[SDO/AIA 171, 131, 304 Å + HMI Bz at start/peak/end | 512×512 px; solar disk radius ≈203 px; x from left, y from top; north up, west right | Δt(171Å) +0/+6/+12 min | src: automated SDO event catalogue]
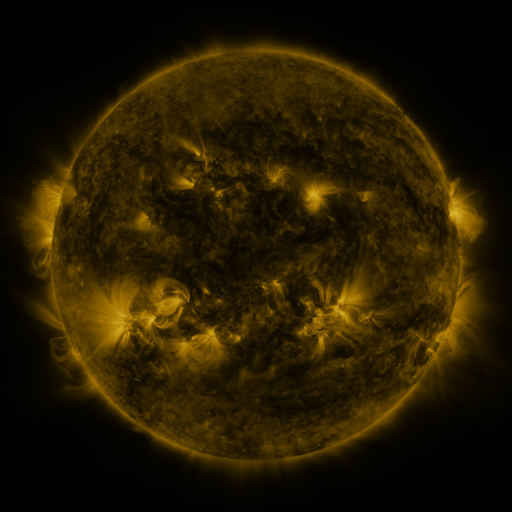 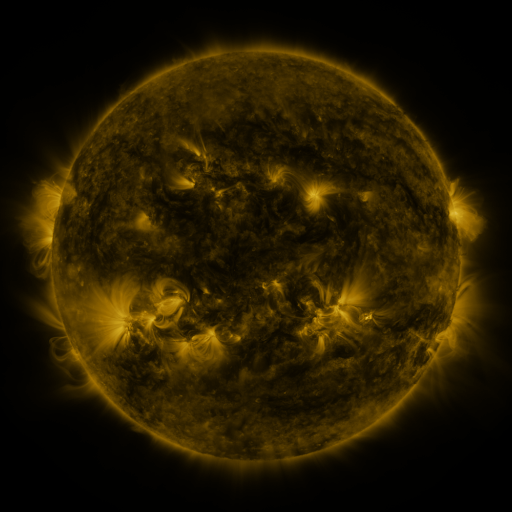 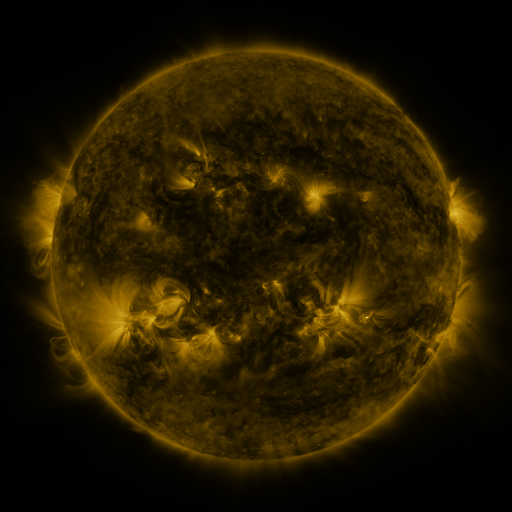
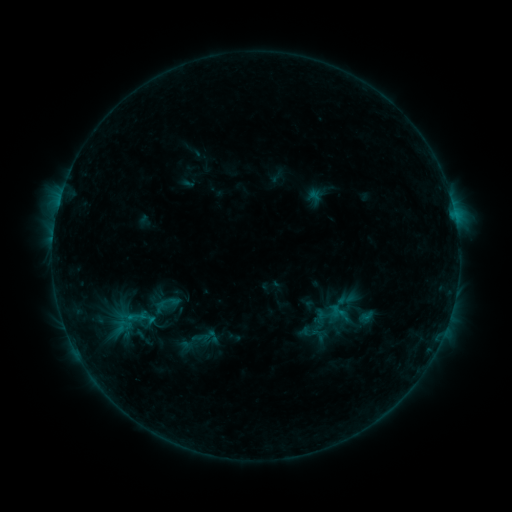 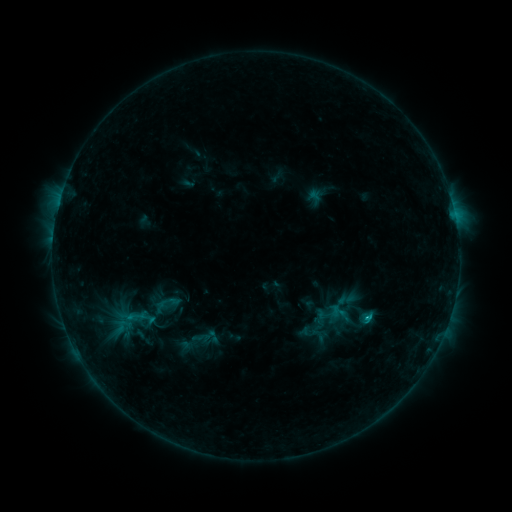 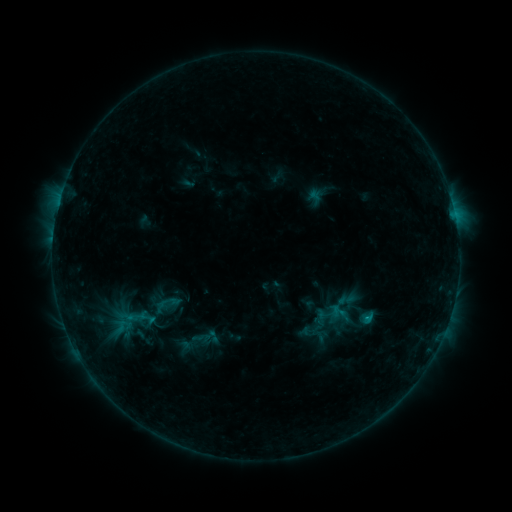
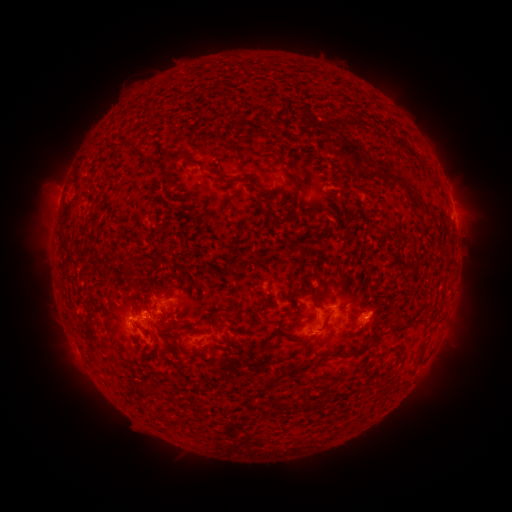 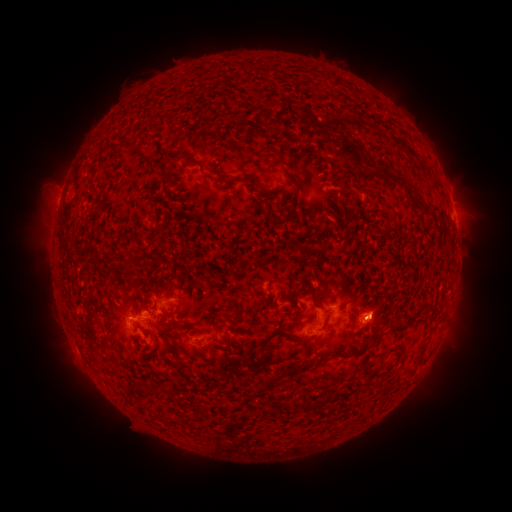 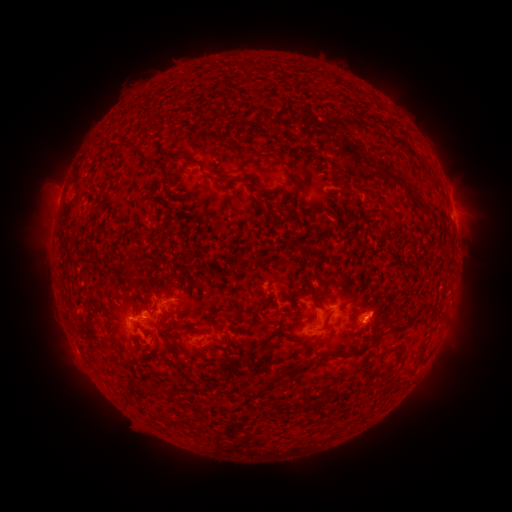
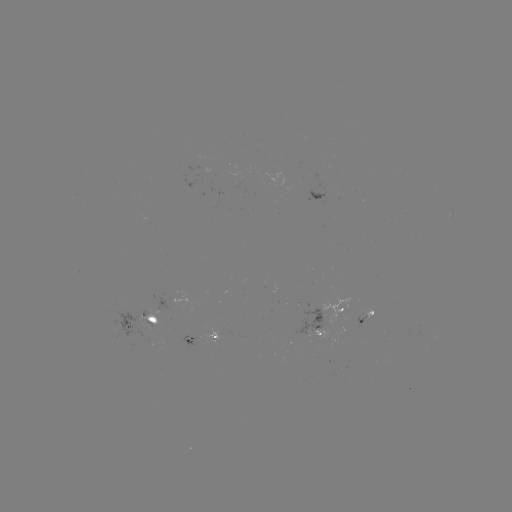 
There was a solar flare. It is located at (368, 314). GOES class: B8.4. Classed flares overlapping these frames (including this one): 1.